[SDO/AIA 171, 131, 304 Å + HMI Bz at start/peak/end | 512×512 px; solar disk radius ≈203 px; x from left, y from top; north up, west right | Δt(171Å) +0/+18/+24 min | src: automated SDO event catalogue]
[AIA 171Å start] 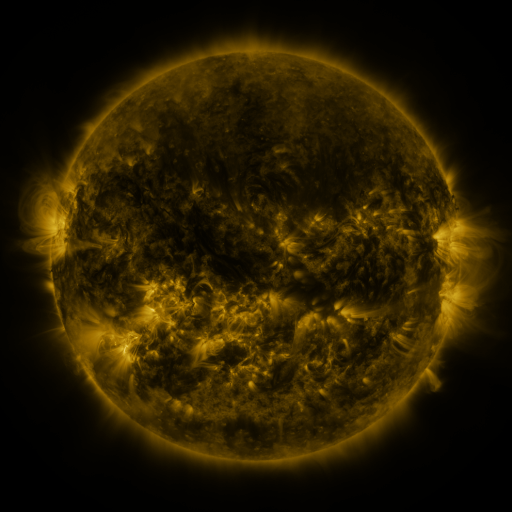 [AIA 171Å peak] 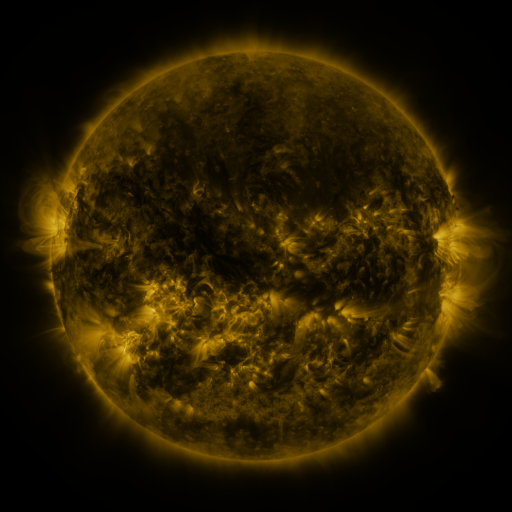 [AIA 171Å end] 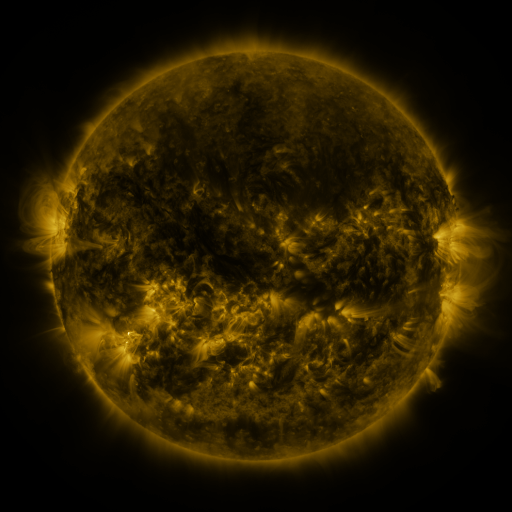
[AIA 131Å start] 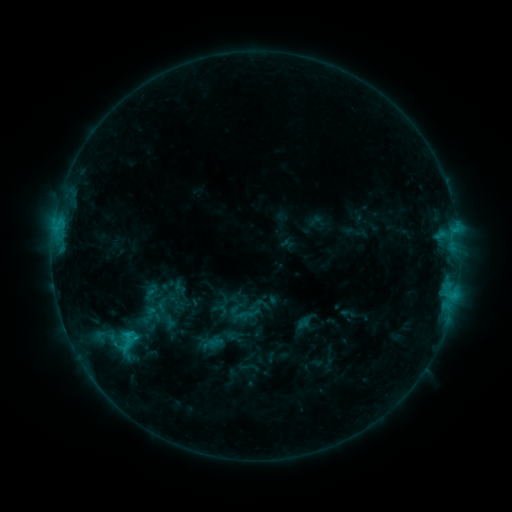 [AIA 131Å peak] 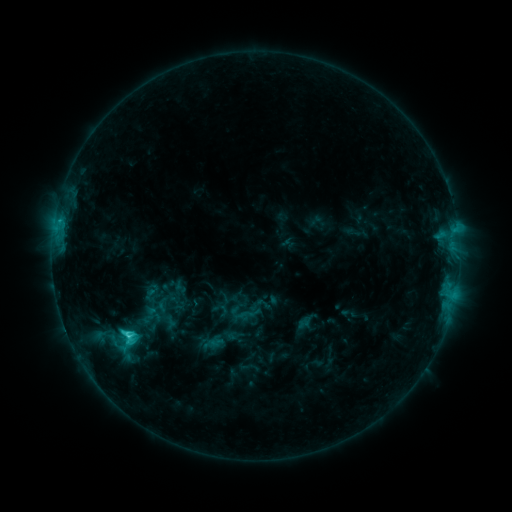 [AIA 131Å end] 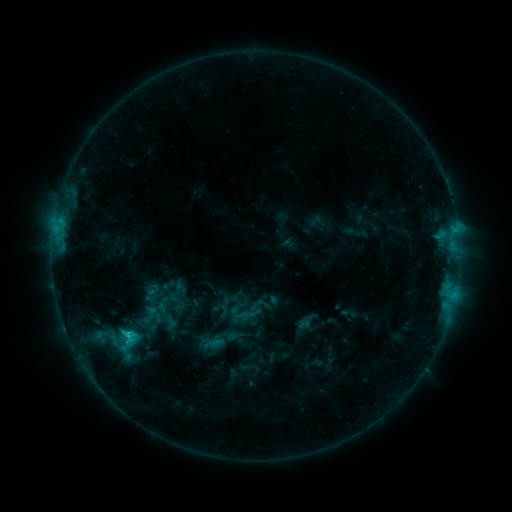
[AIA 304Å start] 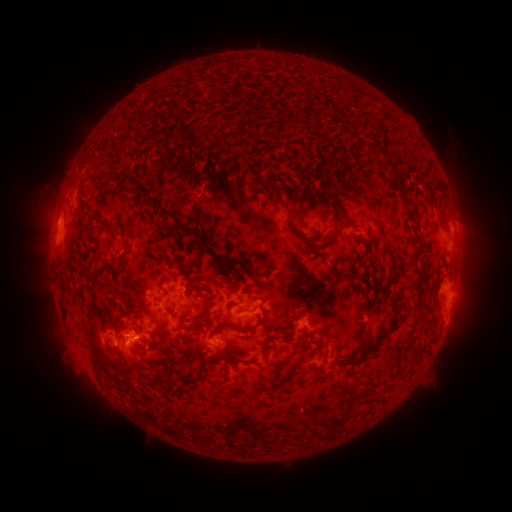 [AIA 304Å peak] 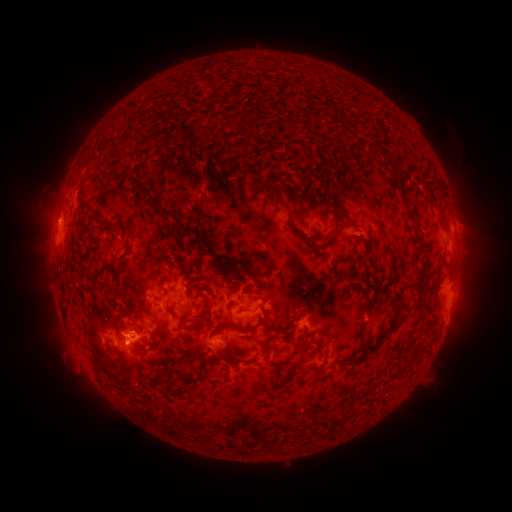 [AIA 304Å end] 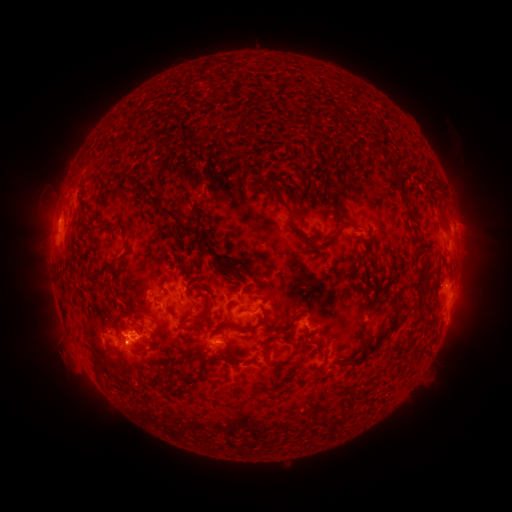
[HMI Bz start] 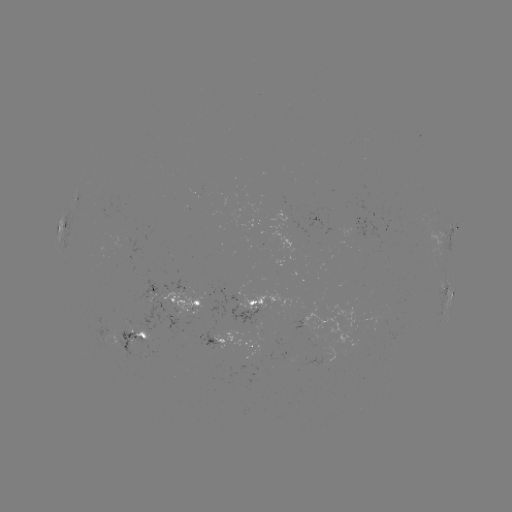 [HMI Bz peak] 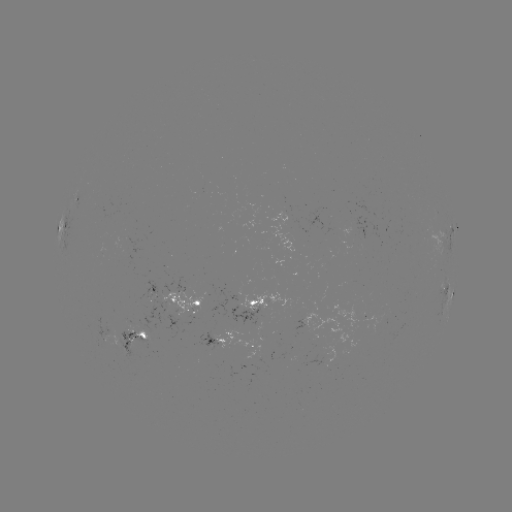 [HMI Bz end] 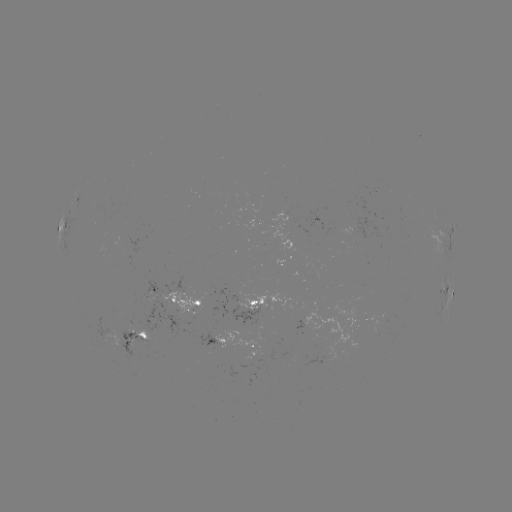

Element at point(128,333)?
C2.7 flare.